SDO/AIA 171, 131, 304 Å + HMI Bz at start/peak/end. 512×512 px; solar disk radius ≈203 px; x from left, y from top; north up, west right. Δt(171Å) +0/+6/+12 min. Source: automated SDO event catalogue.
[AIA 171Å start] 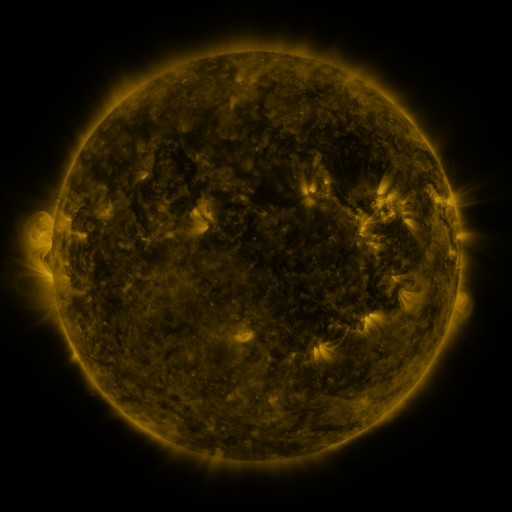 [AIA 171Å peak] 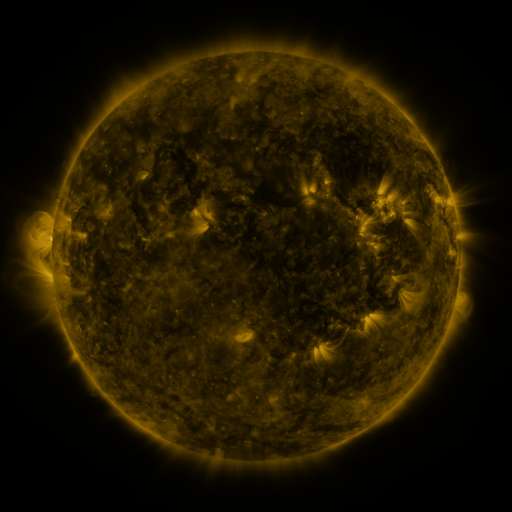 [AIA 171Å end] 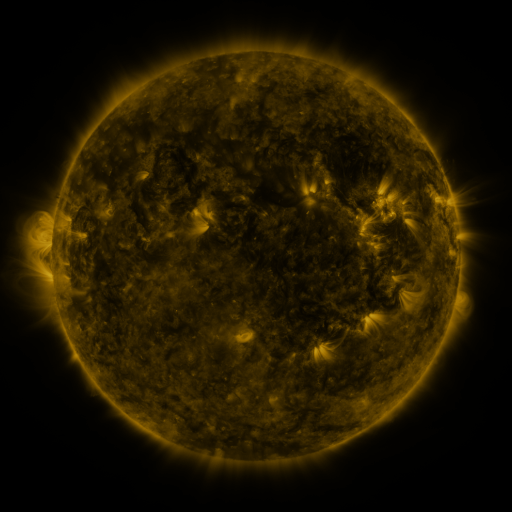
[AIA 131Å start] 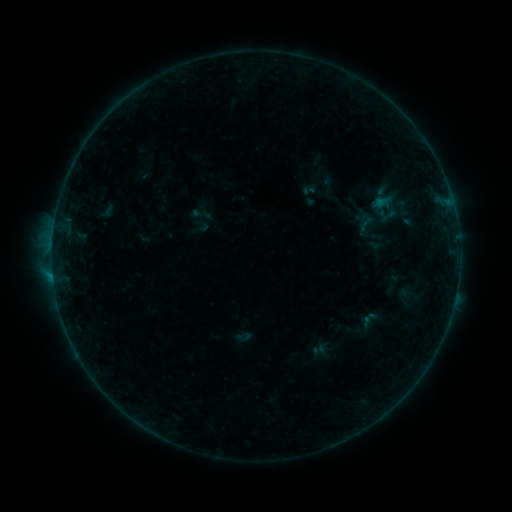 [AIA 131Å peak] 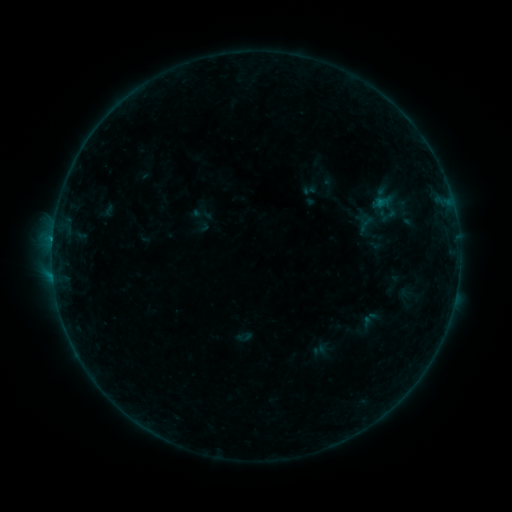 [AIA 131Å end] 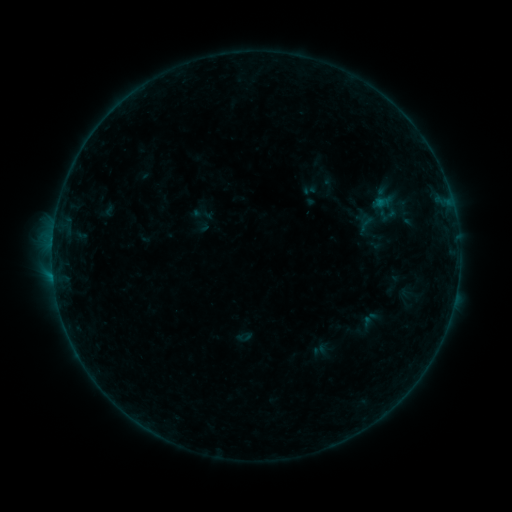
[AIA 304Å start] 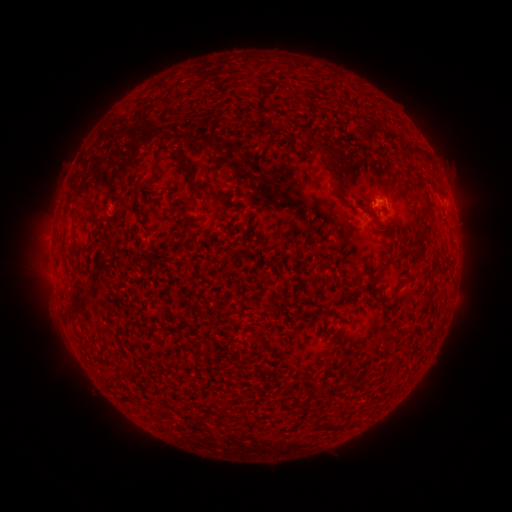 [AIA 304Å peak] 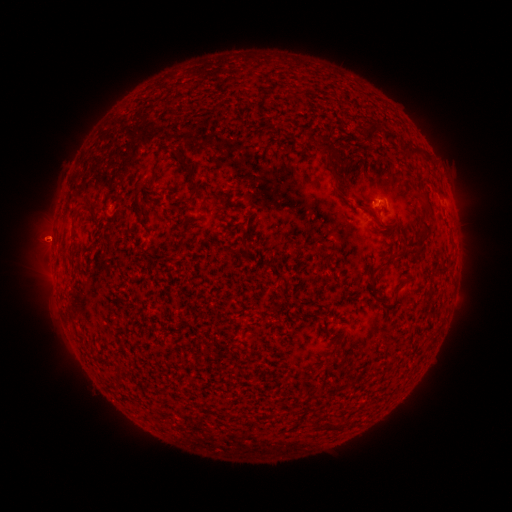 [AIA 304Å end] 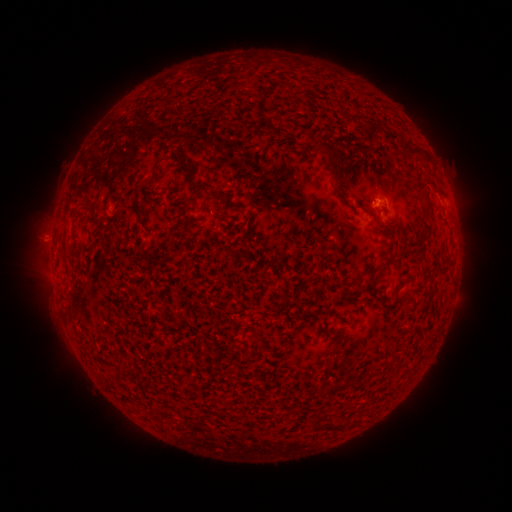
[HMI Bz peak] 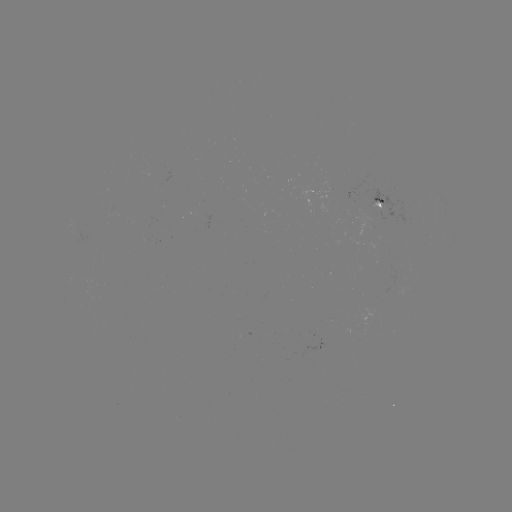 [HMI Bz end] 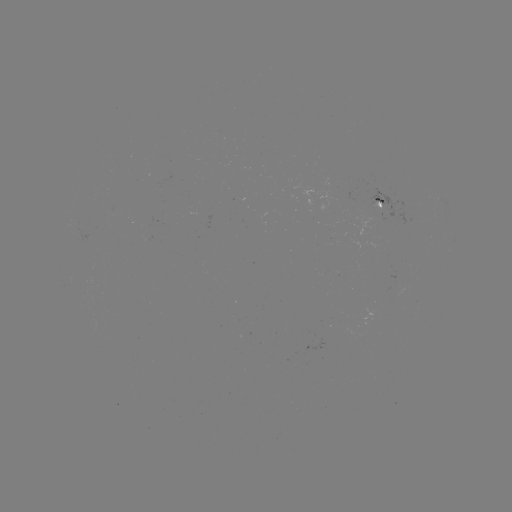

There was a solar flare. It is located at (53, 241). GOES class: B2.1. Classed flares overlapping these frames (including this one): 1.